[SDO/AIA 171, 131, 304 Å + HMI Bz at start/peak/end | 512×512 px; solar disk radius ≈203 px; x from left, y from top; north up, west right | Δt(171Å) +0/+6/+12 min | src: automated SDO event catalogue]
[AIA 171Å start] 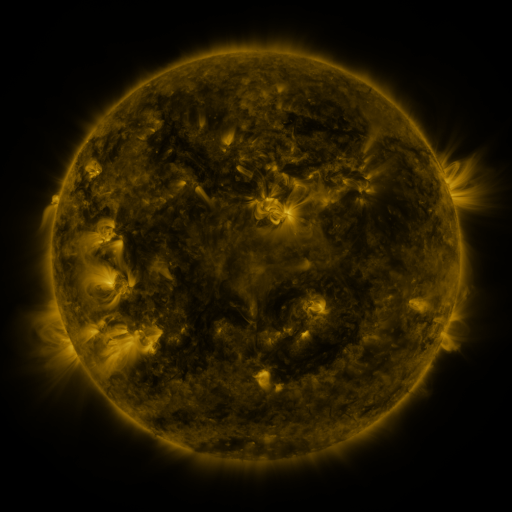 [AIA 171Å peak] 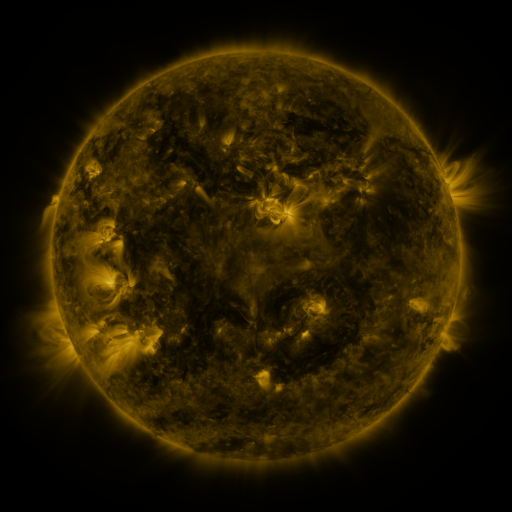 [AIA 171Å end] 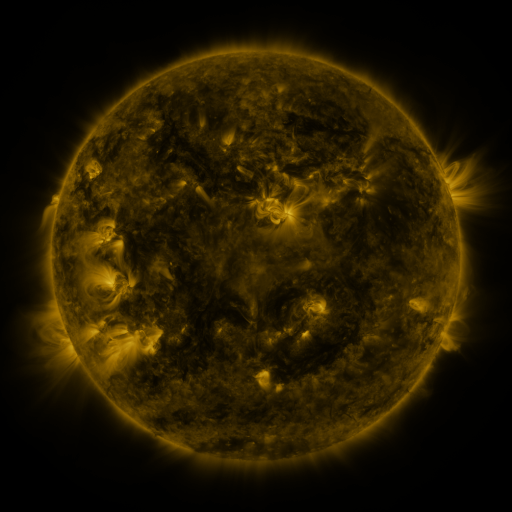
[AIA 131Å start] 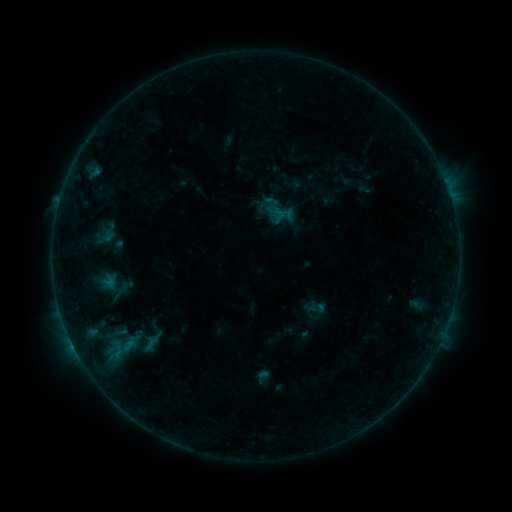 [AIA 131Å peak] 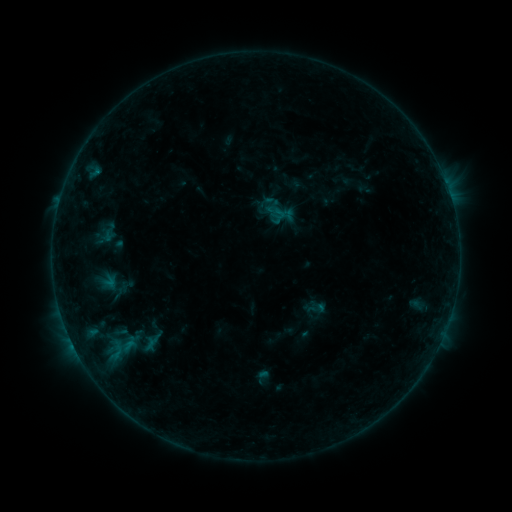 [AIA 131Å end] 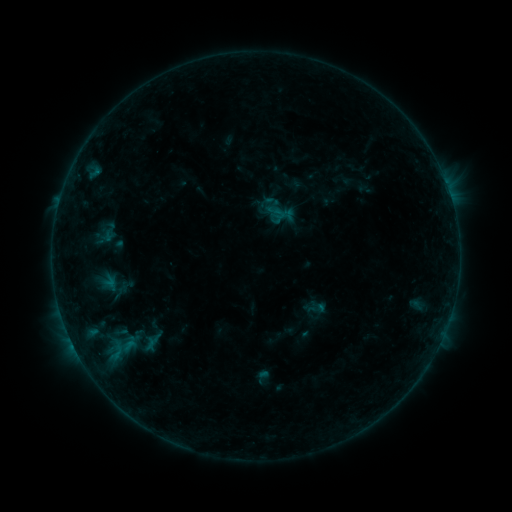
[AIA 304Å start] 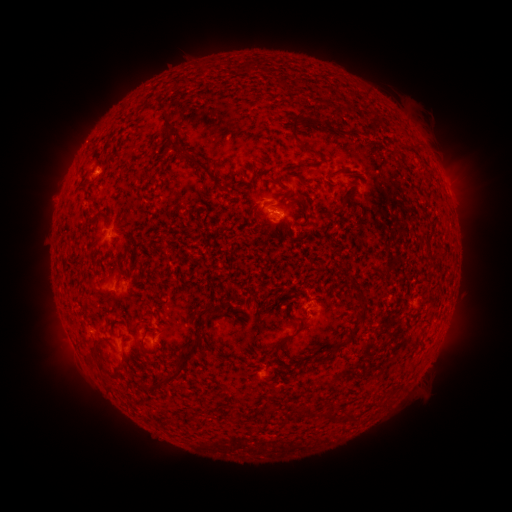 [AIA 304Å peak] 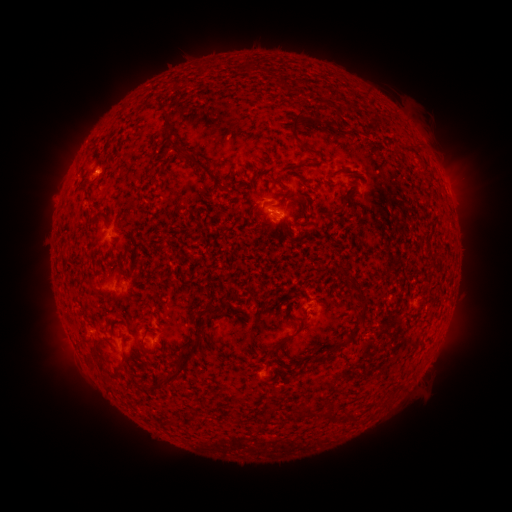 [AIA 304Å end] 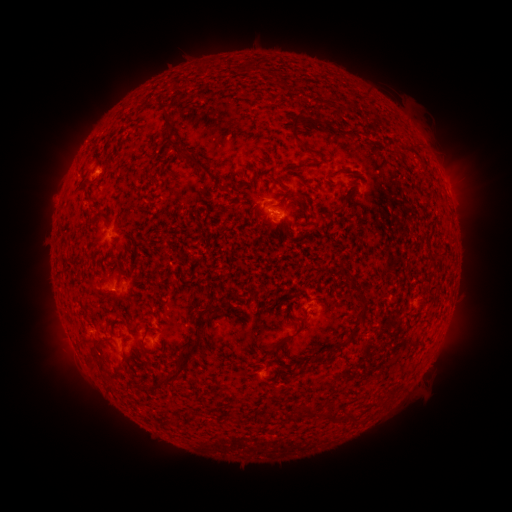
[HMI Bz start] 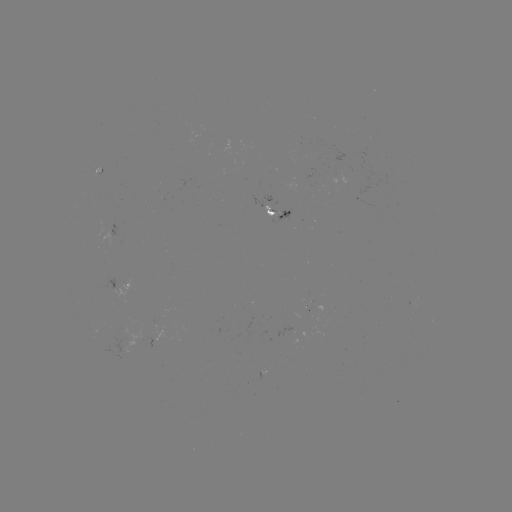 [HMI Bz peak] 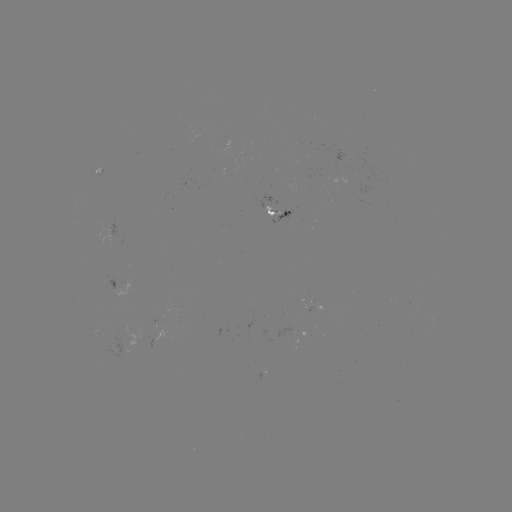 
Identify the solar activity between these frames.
no flare in any classed list; no EUV-trigger detection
